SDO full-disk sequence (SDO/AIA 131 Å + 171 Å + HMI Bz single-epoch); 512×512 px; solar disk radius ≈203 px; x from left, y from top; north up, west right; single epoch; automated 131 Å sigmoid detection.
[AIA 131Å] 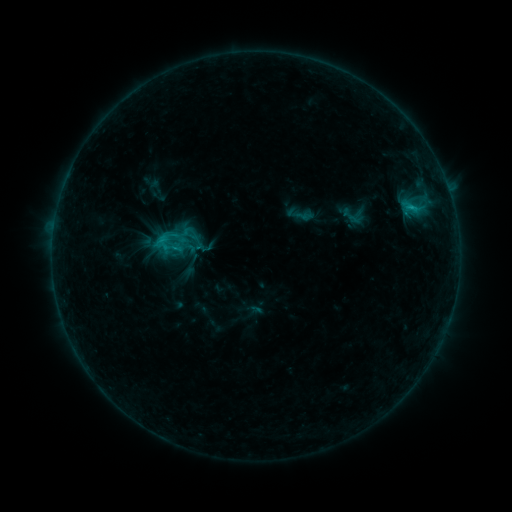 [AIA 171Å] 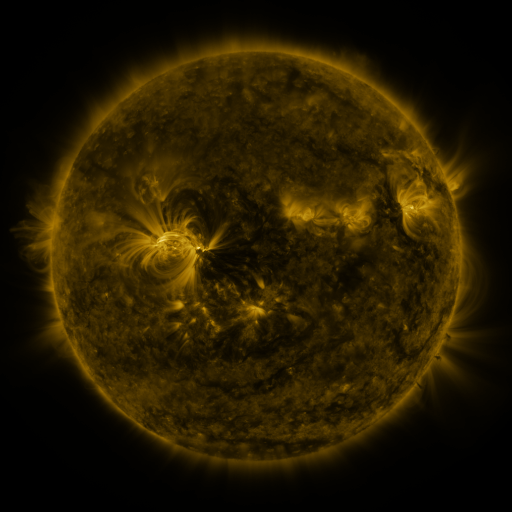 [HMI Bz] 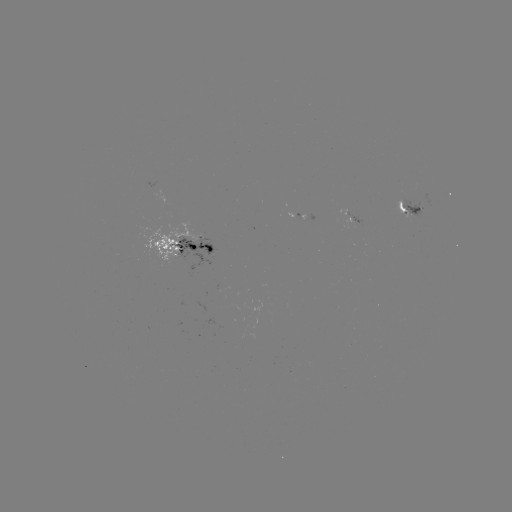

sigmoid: (181, 221, 203, 245)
